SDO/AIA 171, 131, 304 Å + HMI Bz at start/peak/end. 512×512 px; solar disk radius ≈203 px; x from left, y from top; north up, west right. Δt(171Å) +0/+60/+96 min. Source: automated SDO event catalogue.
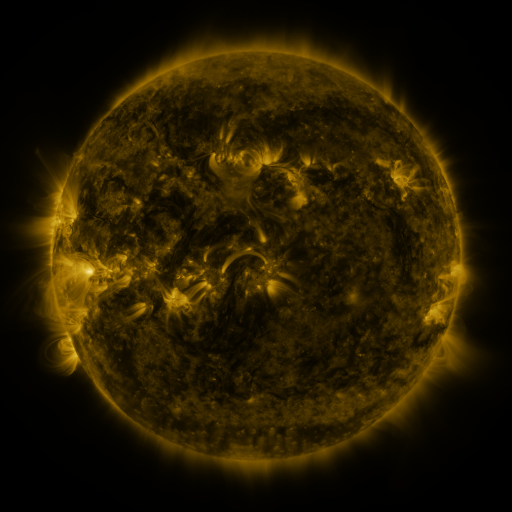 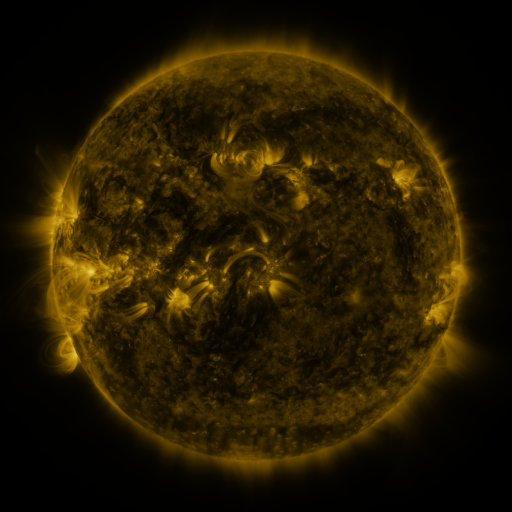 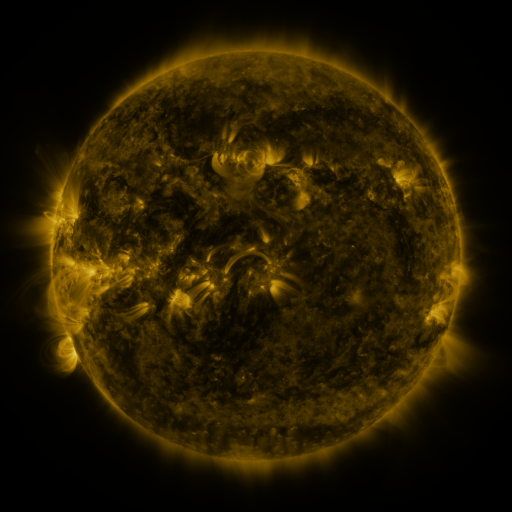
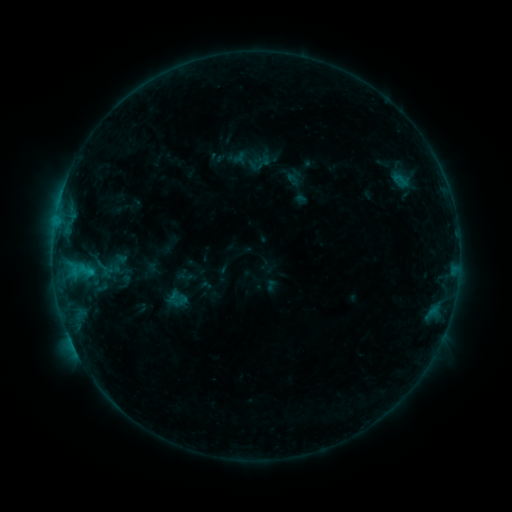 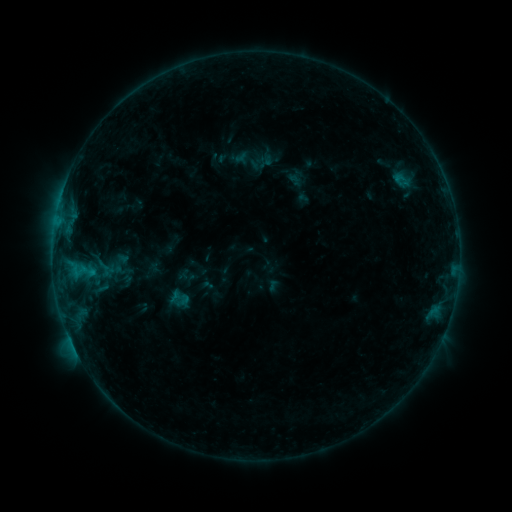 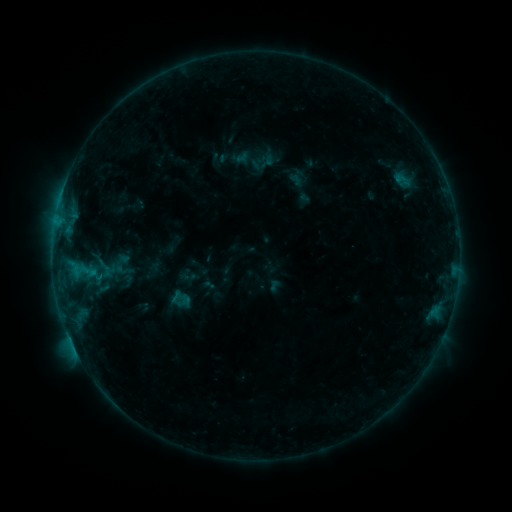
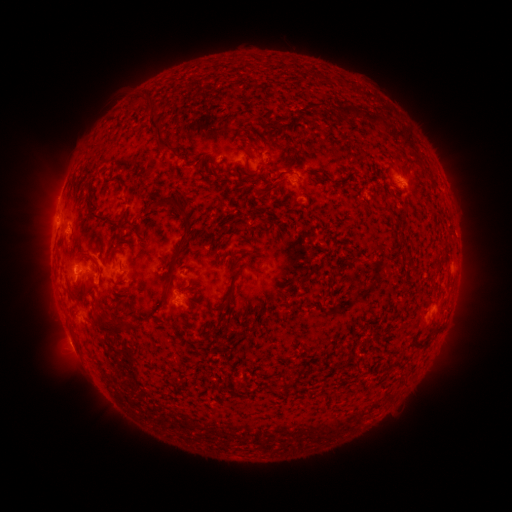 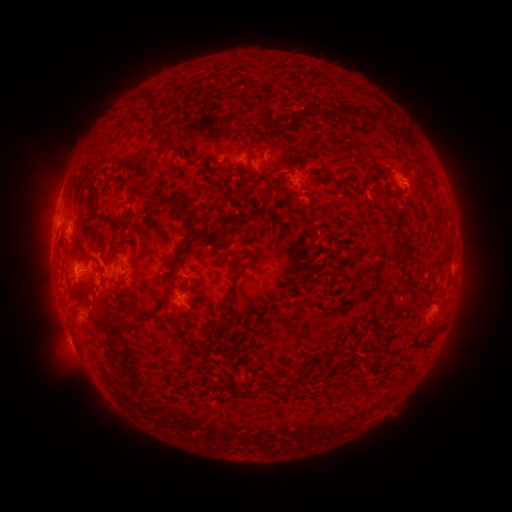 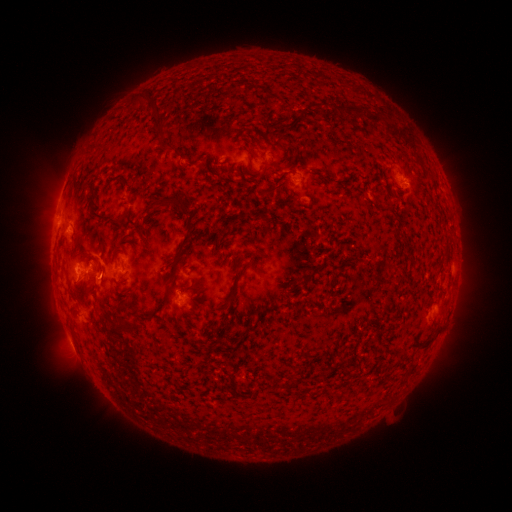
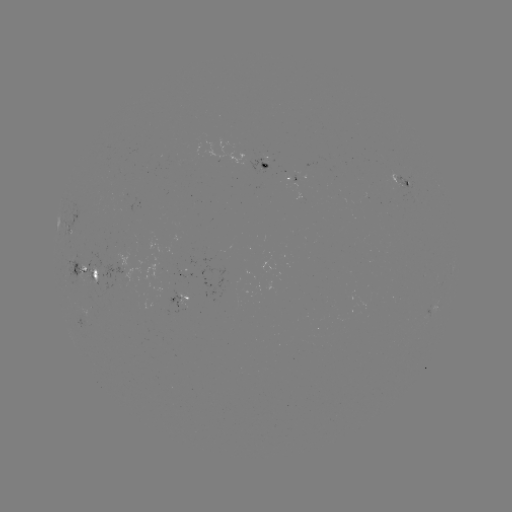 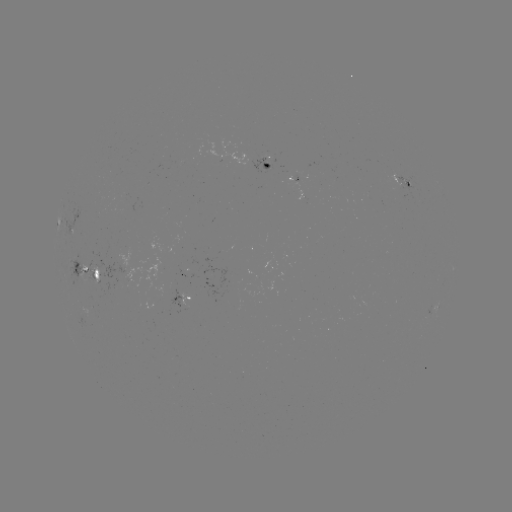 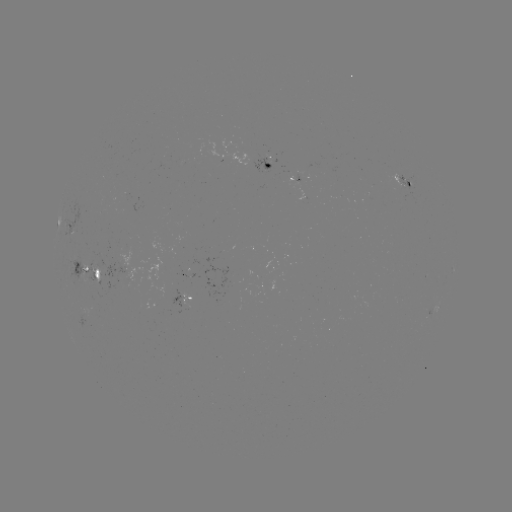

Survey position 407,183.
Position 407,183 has emerging-flux region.